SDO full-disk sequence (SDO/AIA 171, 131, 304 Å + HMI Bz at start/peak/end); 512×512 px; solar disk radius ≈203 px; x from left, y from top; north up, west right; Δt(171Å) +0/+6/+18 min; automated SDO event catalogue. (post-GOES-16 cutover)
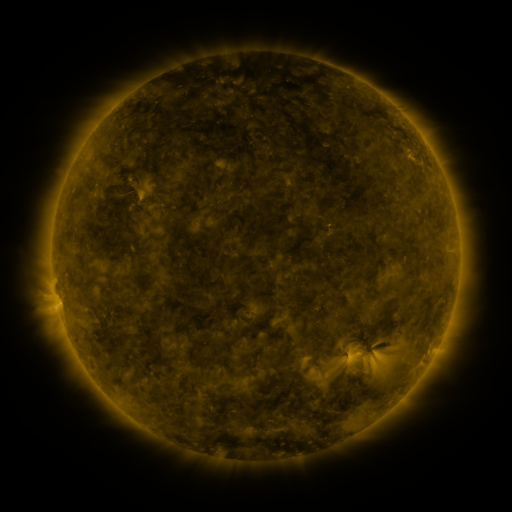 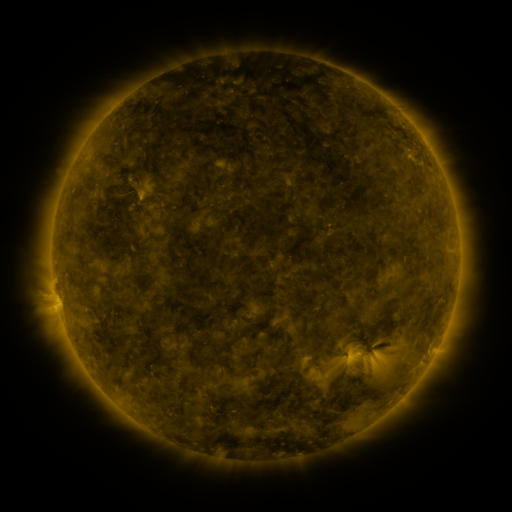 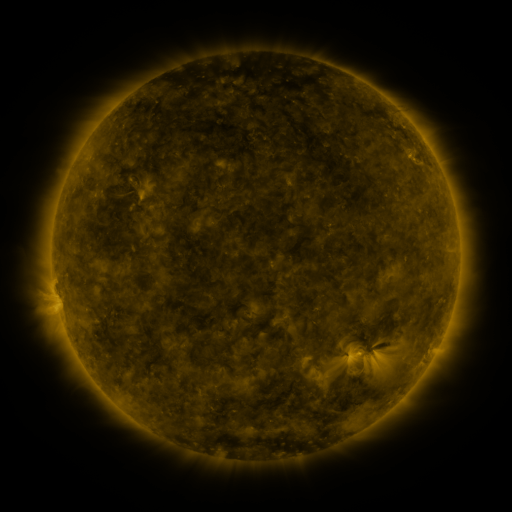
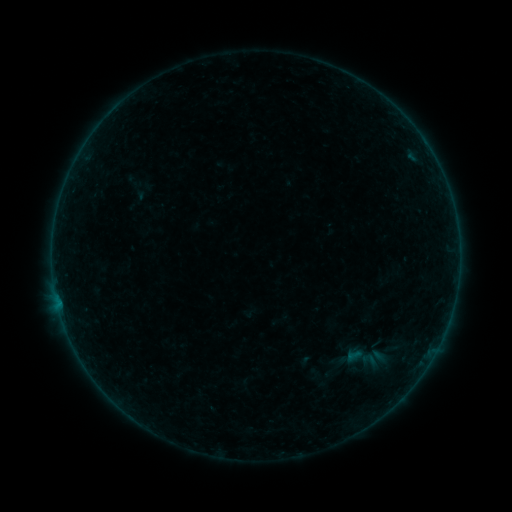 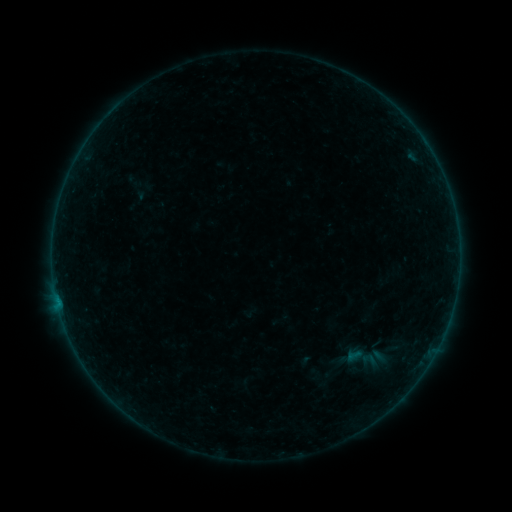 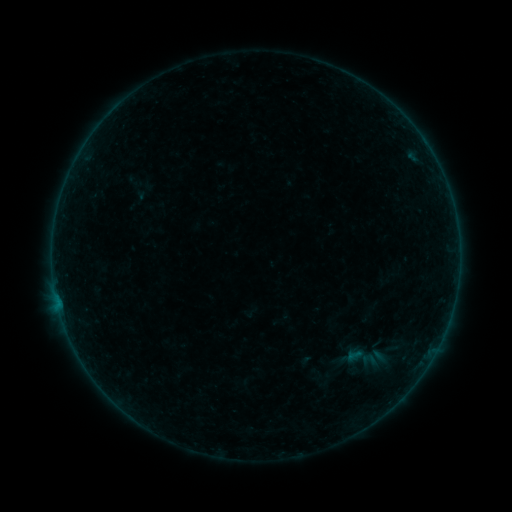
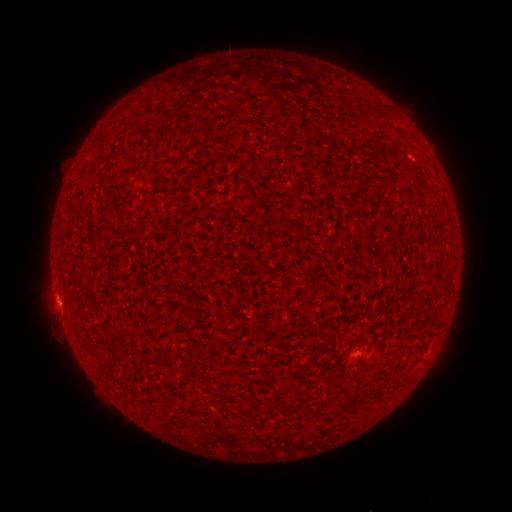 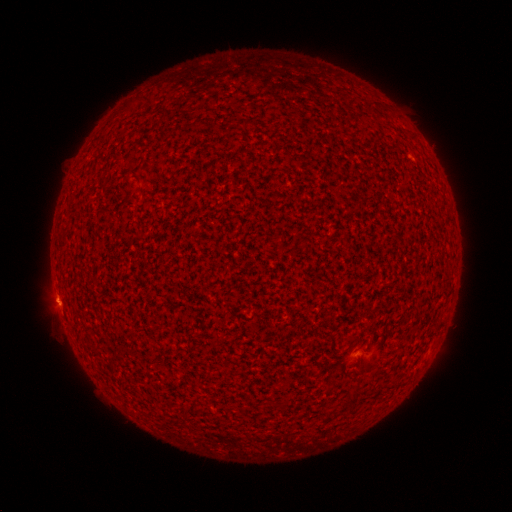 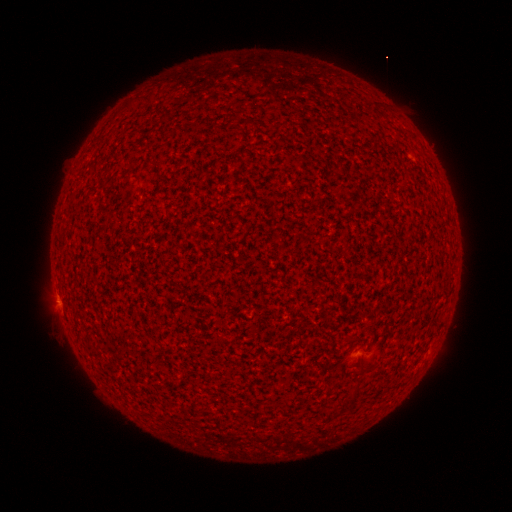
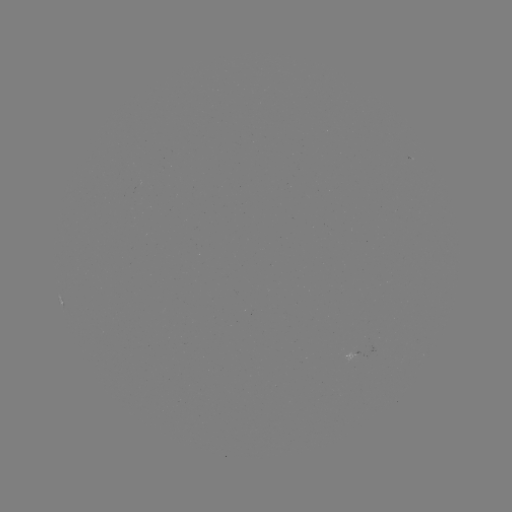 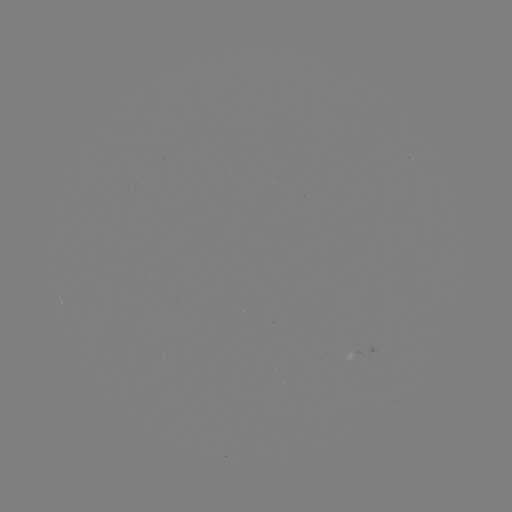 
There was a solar flare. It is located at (59, 301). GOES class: A8.2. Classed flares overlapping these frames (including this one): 2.